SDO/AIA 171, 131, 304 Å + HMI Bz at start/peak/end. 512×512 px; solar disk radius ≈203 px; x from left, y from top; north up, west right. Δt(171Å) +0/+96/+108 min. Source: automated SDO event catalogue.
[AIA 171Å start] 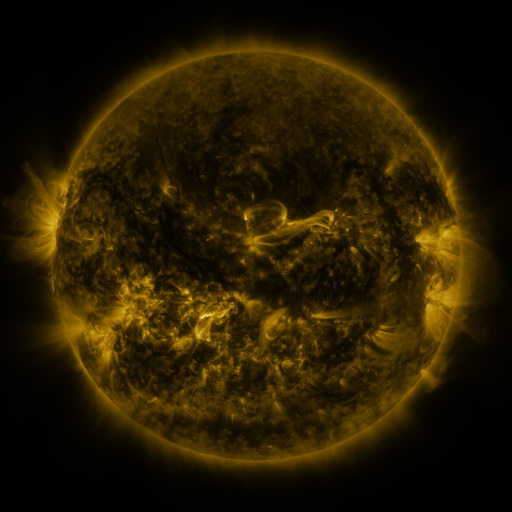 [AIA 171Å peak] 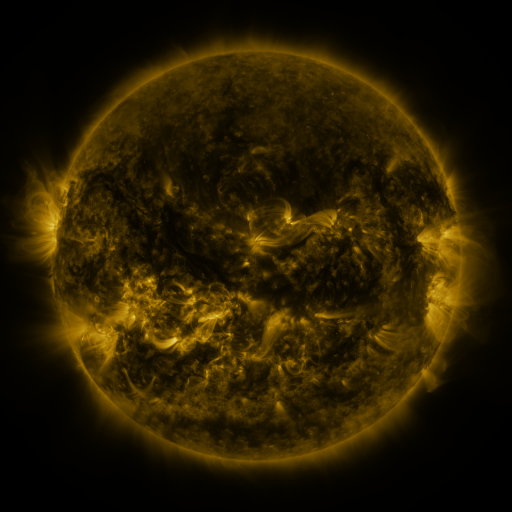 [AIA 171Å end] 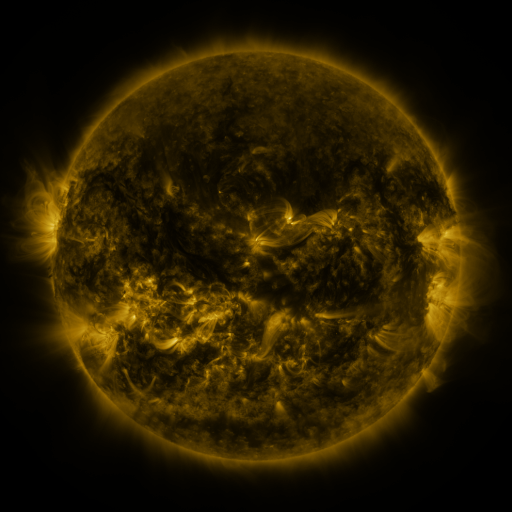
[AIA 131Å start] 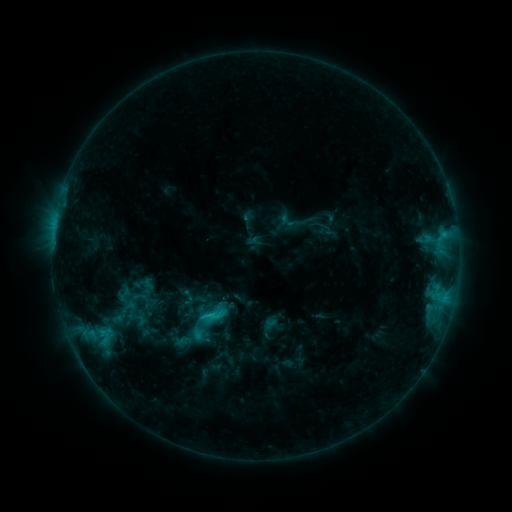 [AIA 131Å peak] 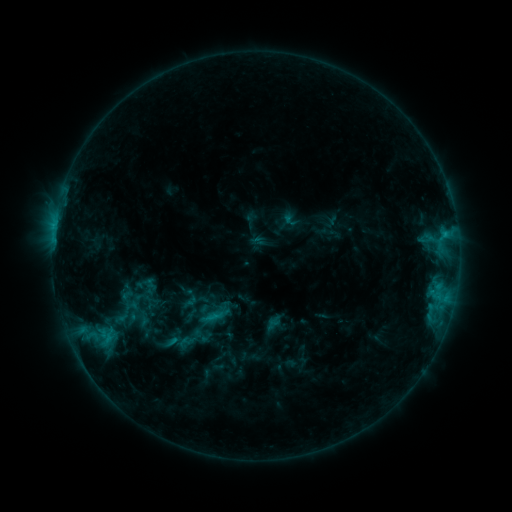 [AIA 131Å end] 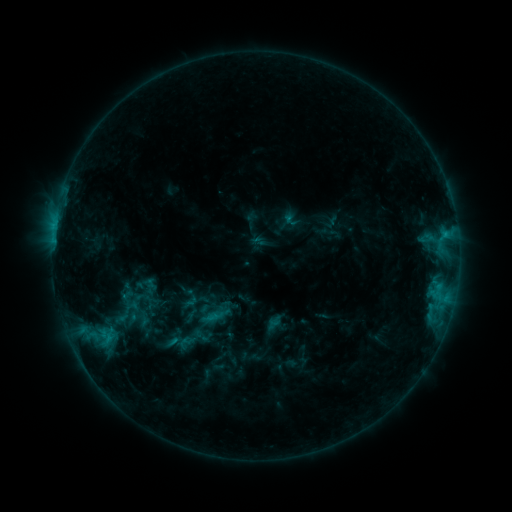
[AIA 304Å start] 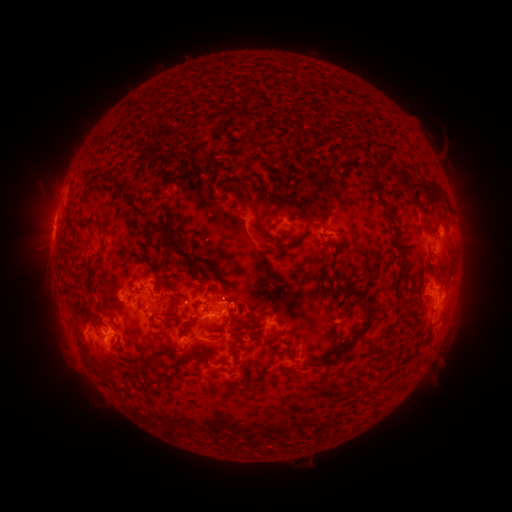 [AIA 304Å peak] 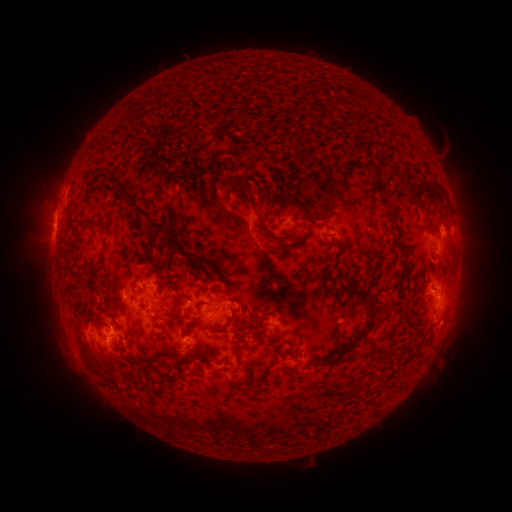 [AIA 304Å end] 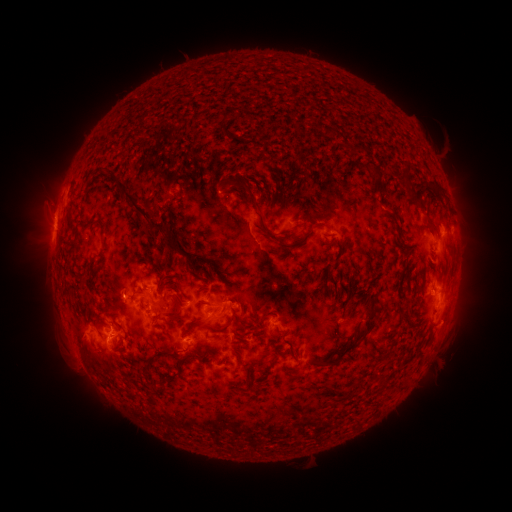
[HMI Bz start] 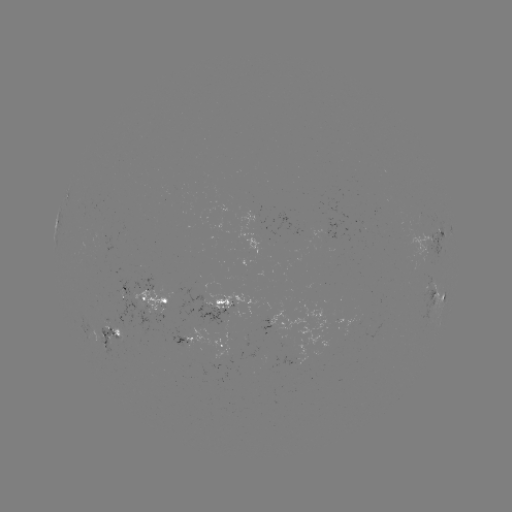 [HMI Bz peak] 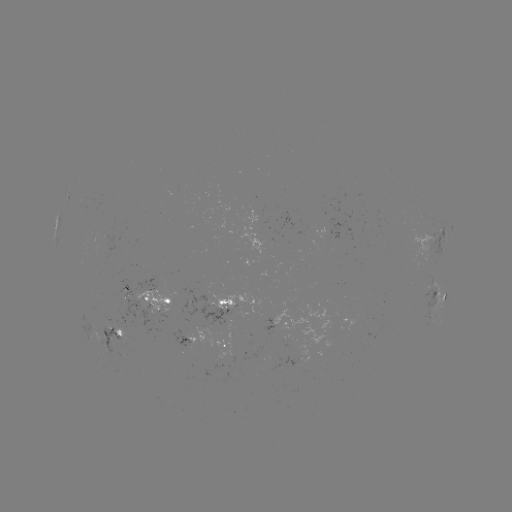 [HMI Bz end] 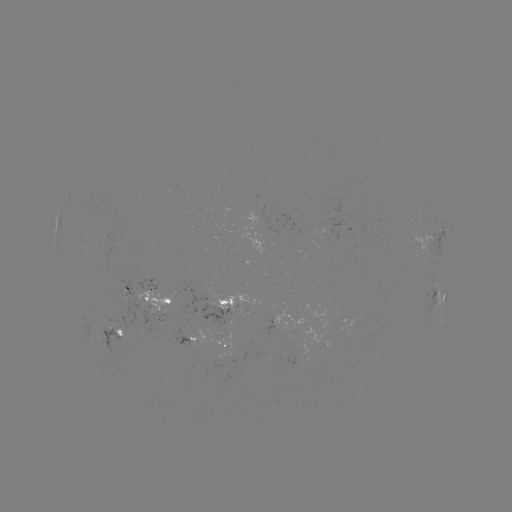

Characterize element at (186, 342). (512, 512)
emerging-flux region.